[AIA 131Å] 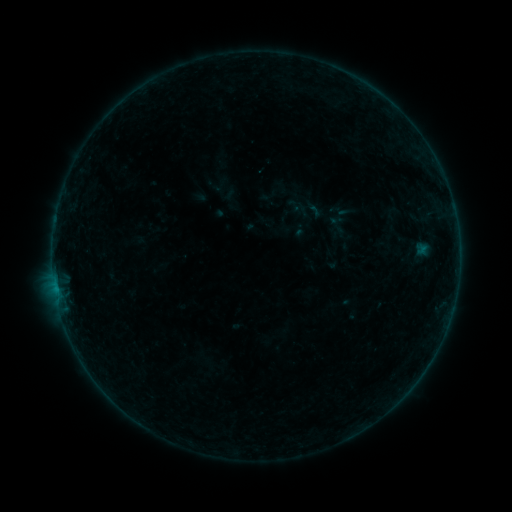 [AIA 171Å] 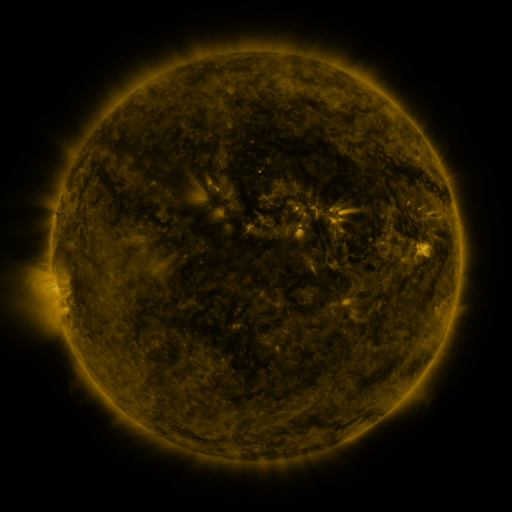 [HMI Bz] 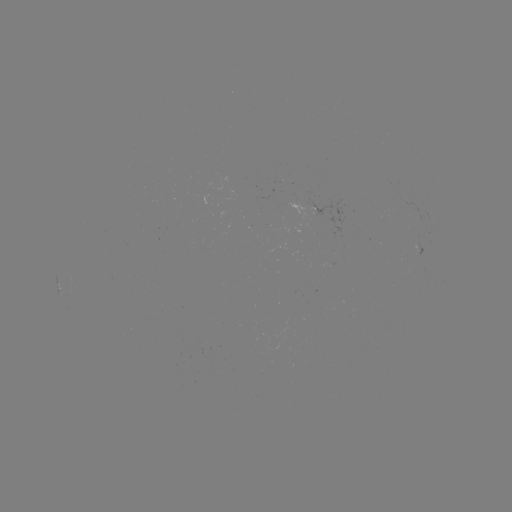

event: sigmoid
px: (314, 210)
